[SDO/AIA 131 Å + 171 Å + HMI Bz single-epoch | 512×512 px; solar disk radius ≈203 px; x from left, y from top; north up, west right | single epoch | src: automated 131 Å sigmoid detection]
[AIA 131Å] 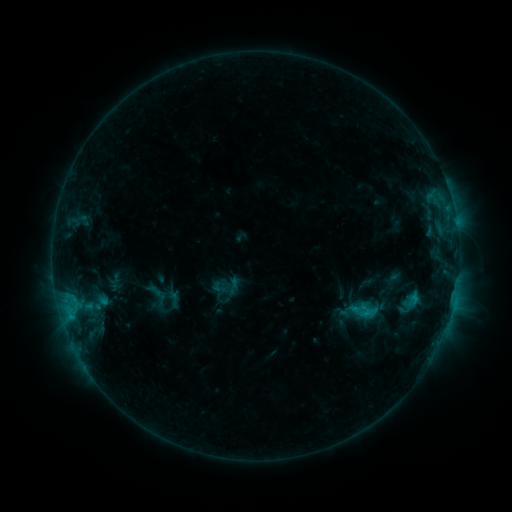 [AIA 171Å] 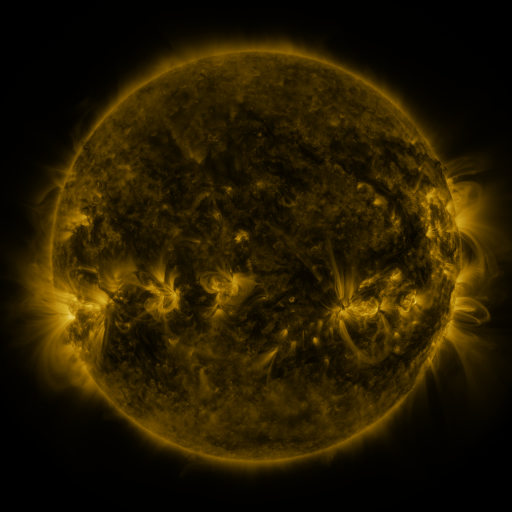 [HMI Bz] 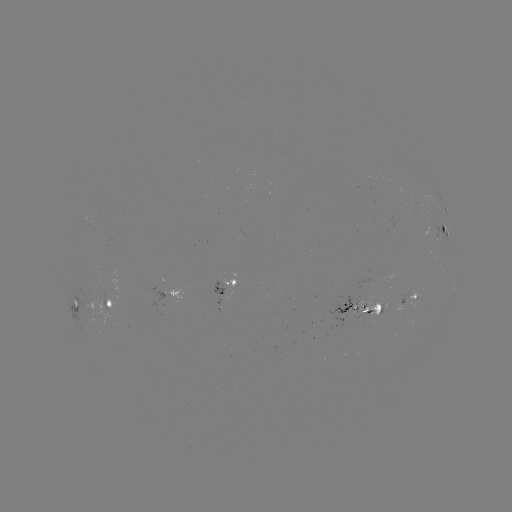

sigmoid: (356, 301, 374, 319)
